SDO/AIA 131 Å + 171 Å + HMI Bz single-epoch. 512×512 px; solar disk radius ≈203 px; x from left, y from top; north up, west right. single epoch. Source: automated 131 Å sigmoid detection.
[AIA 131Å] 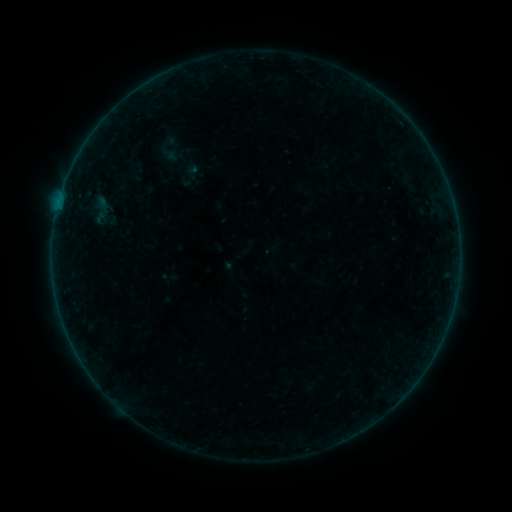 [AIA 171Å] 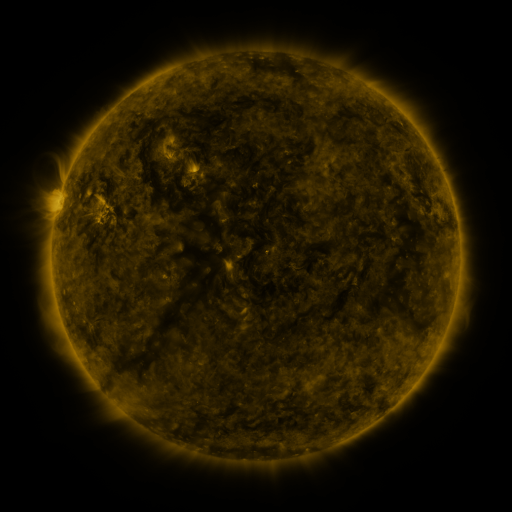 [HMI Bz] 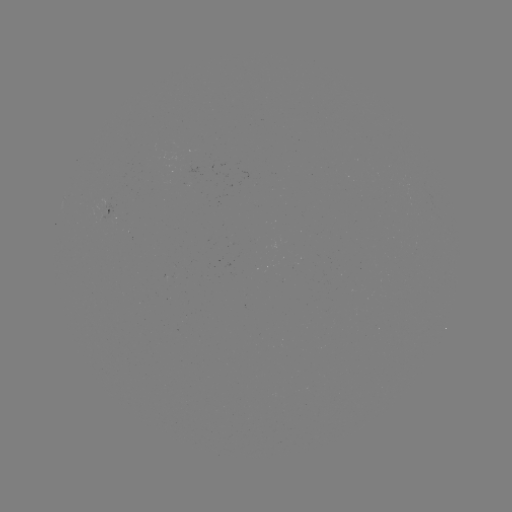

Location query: sigmoid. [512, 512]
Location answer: [100, 209].